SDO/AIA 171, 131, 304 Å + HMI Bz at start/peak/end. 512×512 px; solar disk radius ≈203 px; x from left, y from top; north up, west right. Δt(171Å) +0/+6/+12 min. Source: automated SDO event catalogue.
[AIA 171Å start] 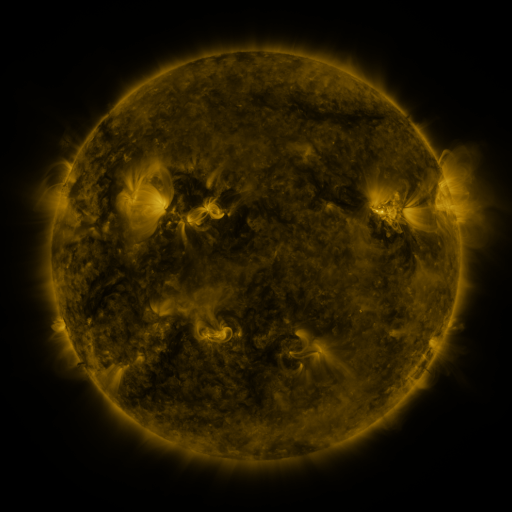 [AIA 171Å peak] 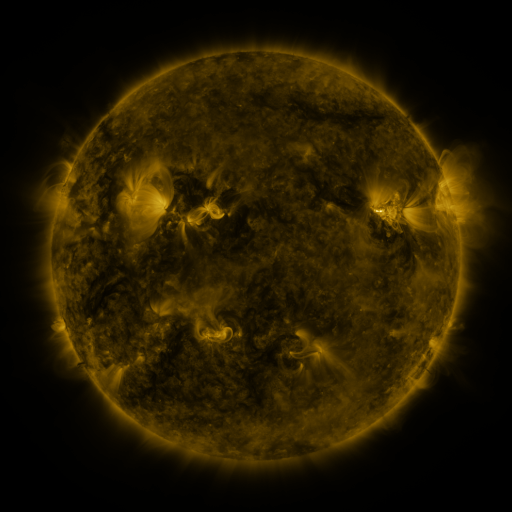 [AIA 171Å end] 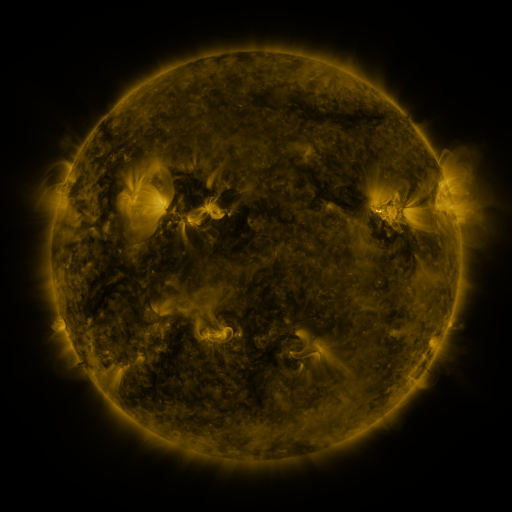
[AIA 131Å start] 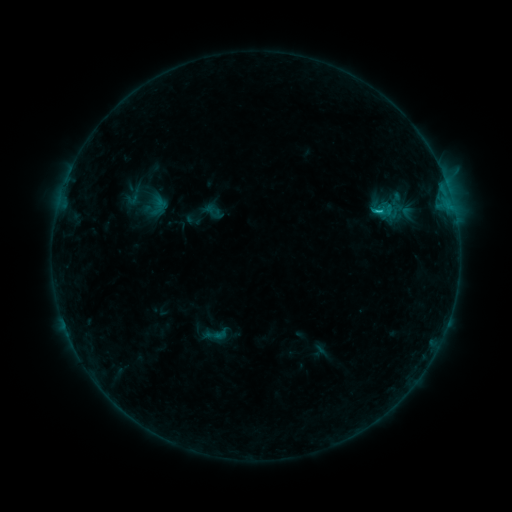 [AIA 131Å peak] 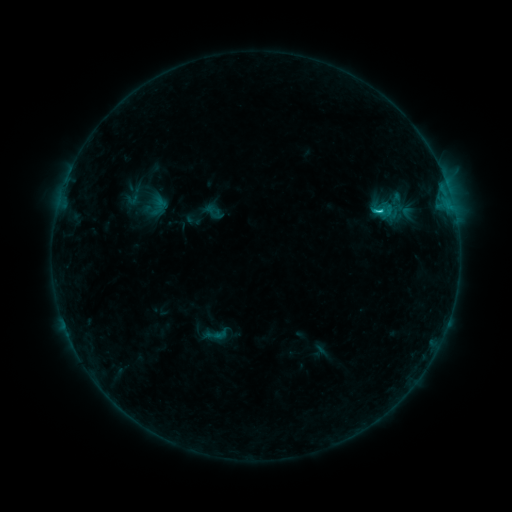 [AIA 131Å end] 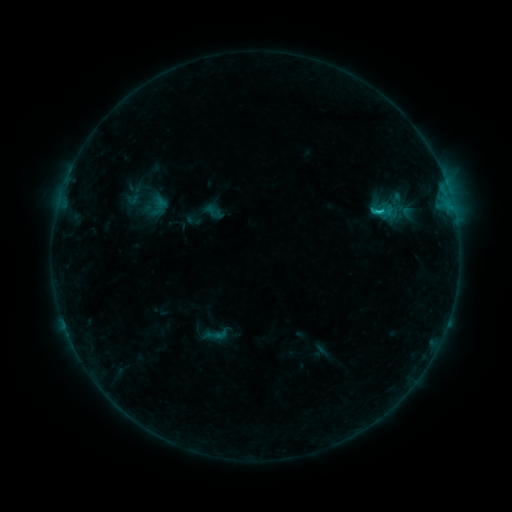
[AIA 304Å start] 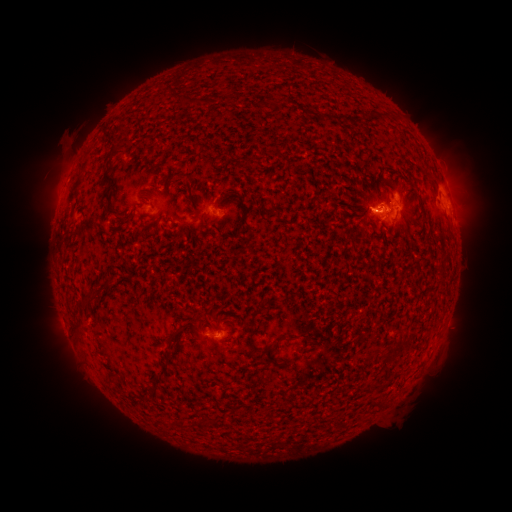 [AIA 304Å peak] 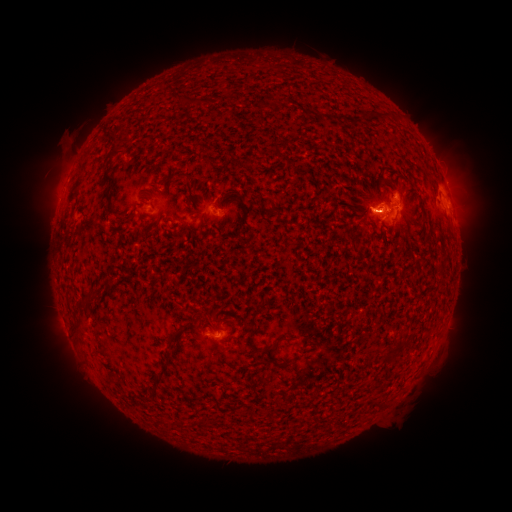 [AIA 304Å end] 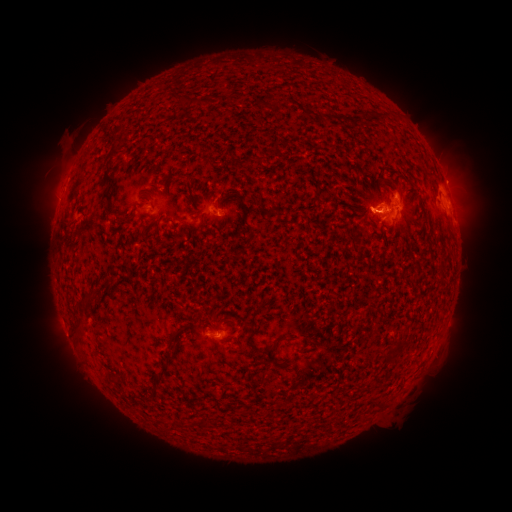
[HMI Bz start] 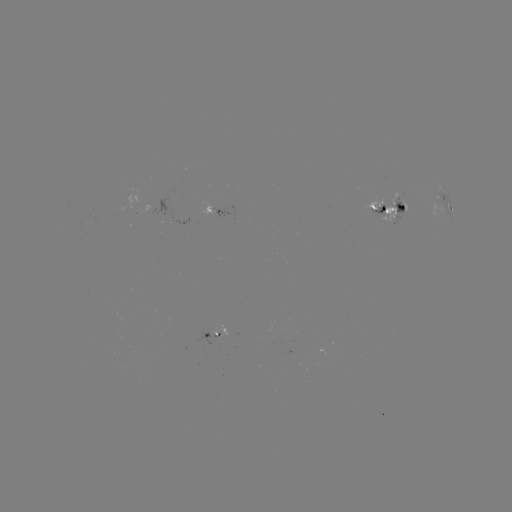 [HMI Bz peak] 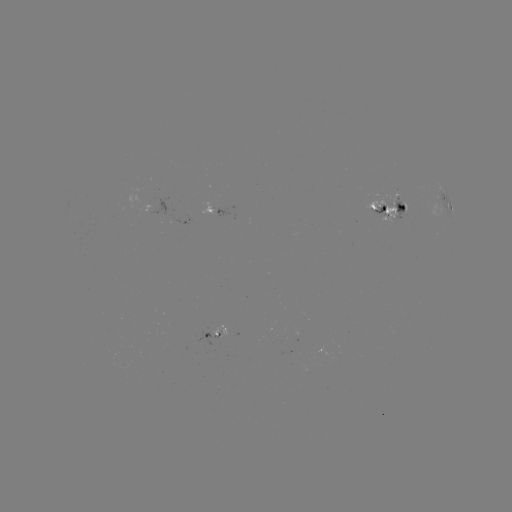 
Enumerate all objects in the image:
C1.6 flare: (378, 213)
